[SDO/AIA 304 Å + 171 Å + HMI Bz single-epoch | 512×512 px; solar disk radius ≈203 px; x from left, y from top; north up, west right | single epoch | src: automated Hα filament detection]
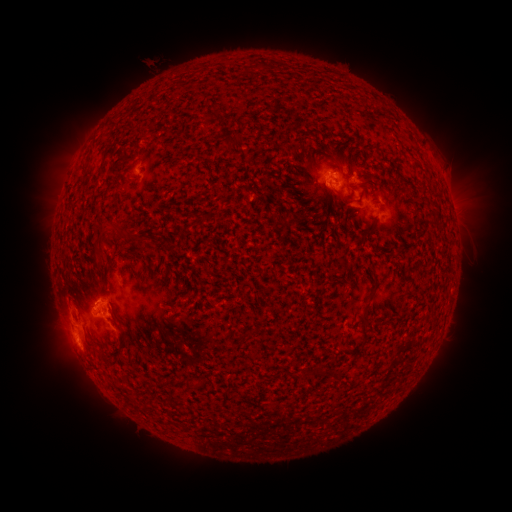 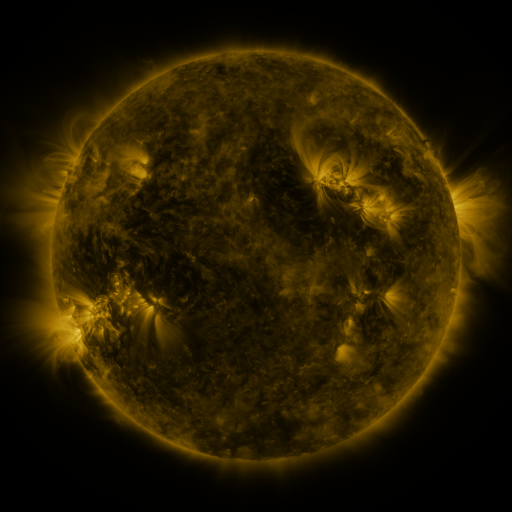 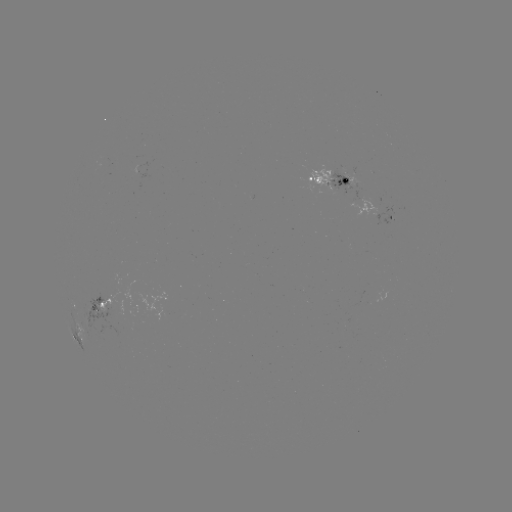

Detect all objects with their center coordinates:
filament: (215, 114)
filament: (129, 236)
filament: (104, 257)
filament: (76, 302)
filament: (121, 339)
filament: (106, 357)
filament: (188, 385)
